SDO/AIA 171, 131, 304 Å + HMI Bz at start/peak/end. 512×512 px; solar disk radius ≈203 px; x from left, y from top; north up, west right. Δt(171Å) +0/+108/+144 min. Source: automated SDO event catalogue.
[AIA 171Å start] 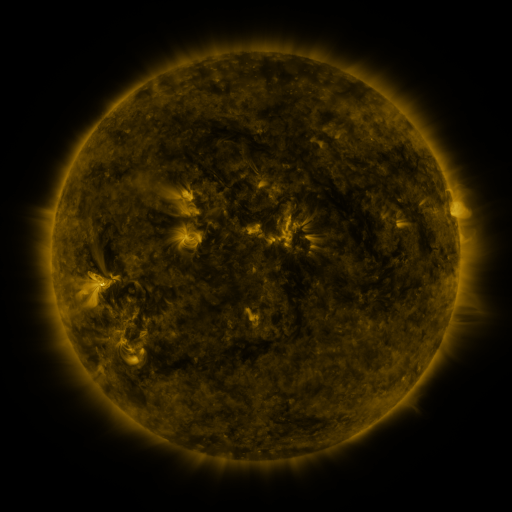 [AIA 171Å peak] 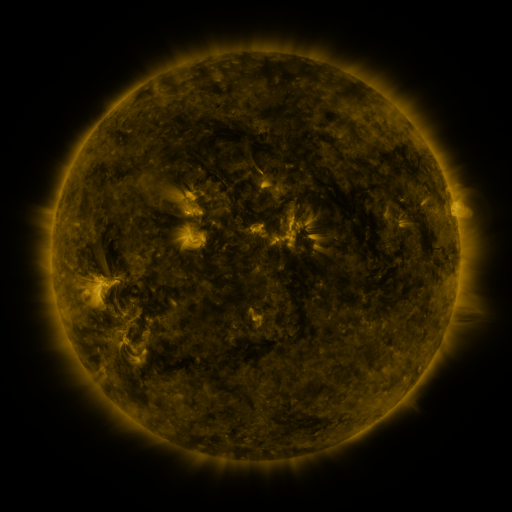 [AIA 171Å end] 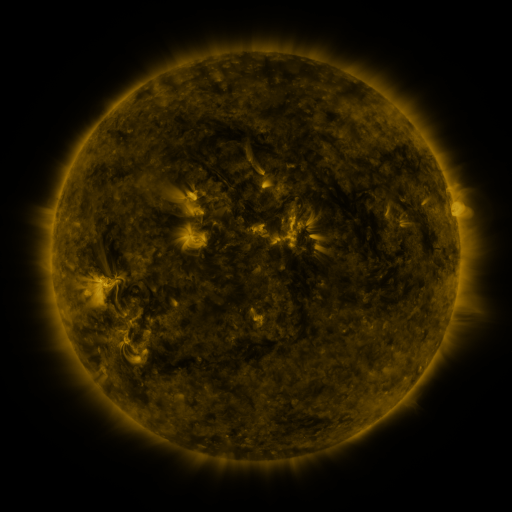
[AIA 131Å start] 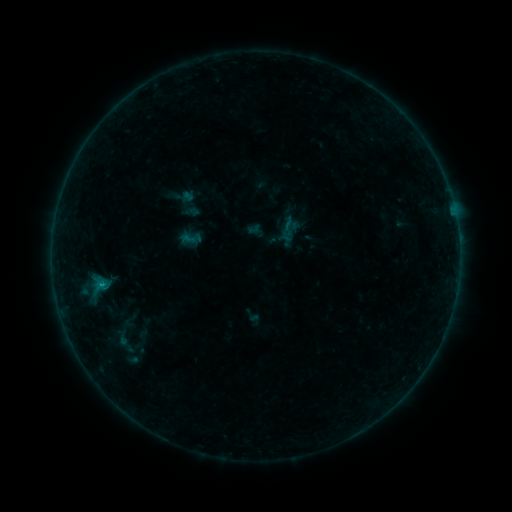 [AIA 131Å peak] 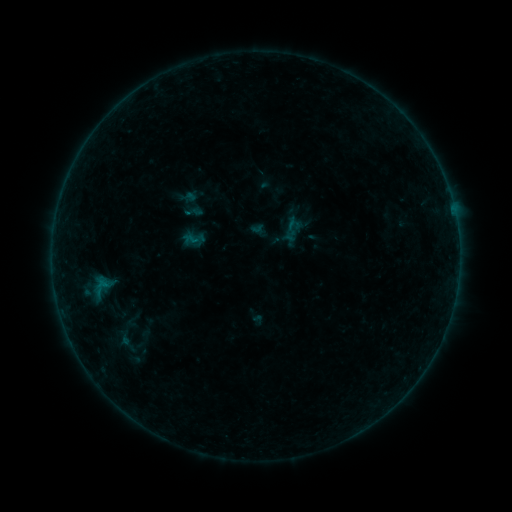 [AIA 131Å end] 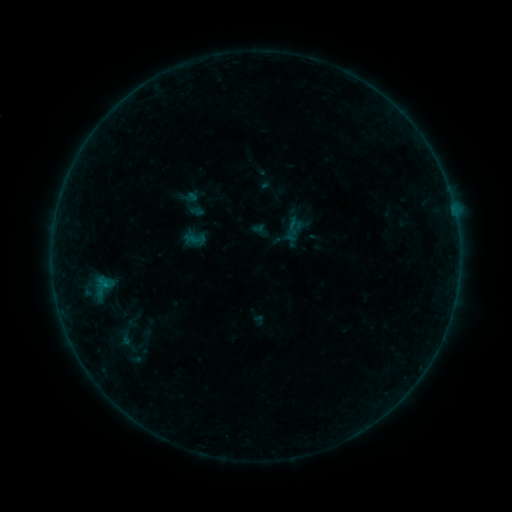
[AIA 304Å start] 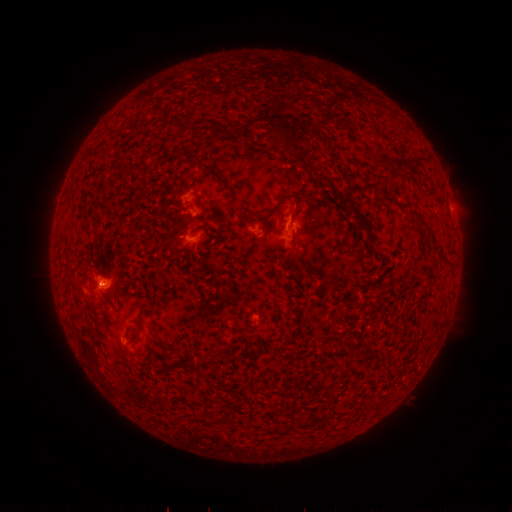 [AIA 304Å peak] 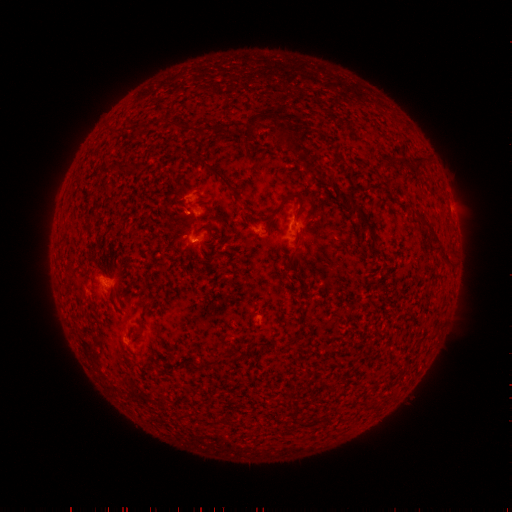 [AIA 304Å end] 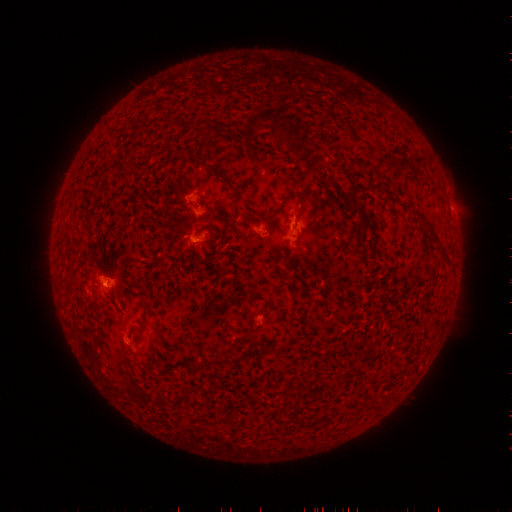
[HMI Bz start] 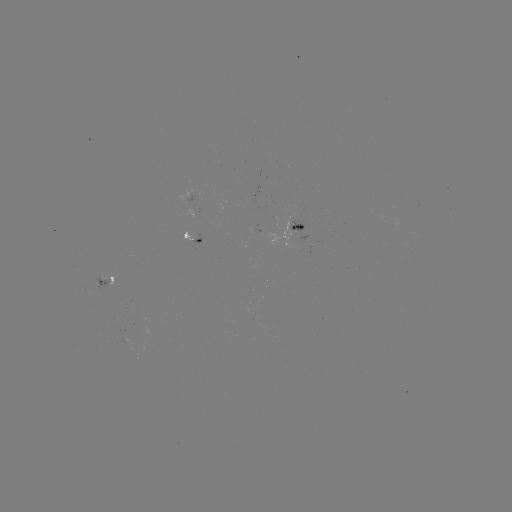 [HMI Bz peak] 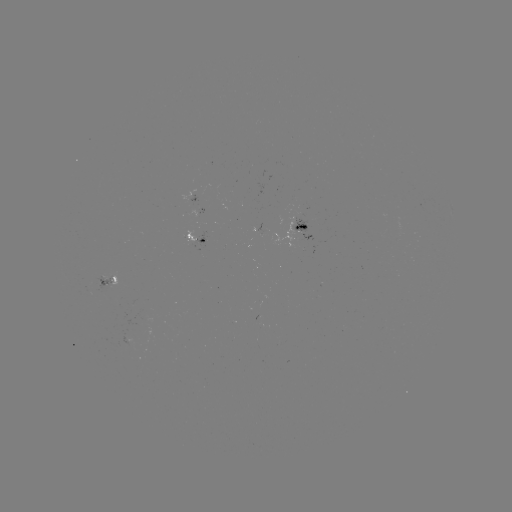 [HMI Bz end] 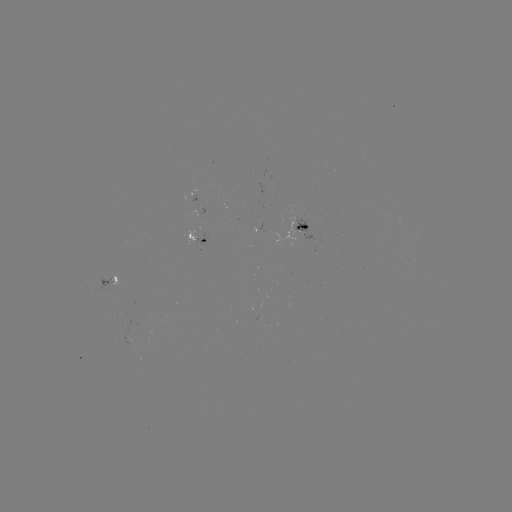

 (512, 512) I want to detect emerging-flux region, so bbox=[120, 320, 138, 347].